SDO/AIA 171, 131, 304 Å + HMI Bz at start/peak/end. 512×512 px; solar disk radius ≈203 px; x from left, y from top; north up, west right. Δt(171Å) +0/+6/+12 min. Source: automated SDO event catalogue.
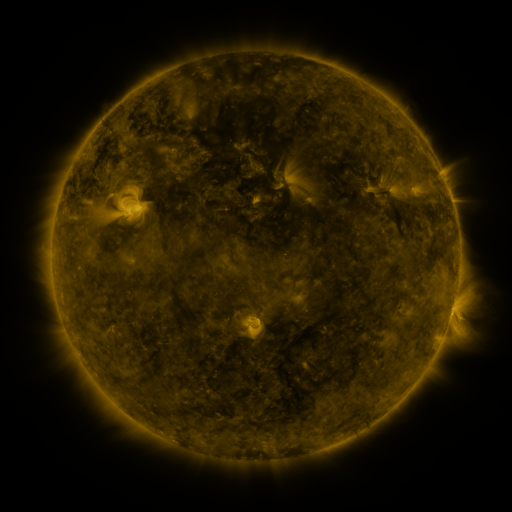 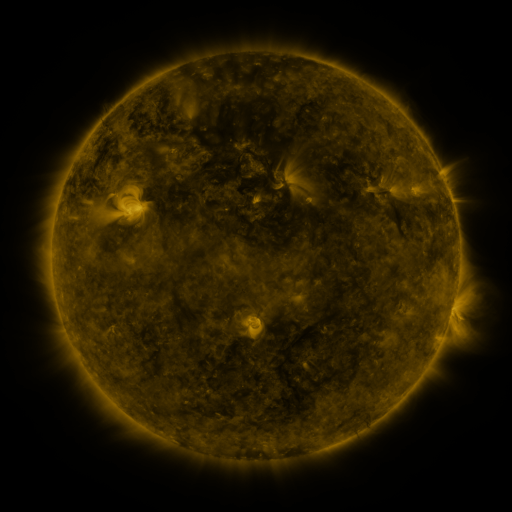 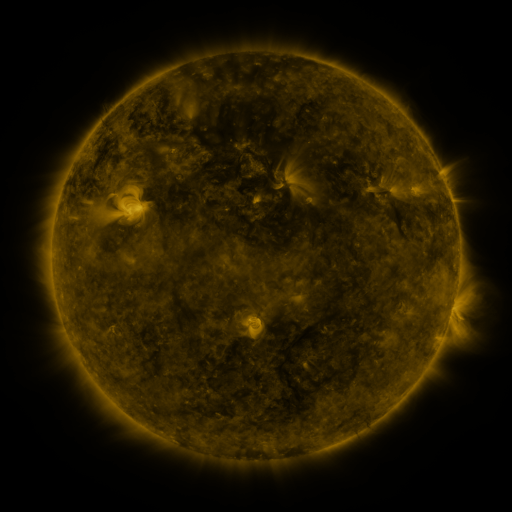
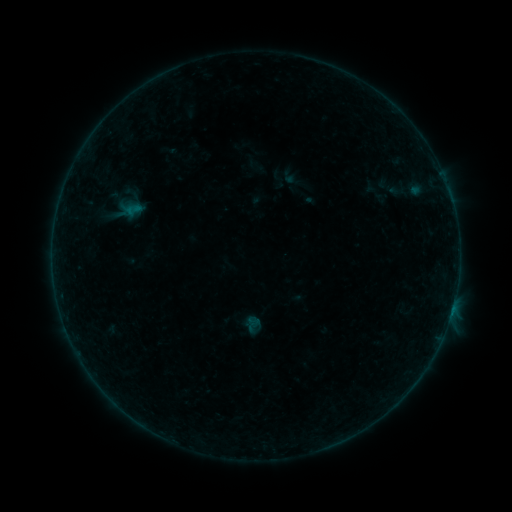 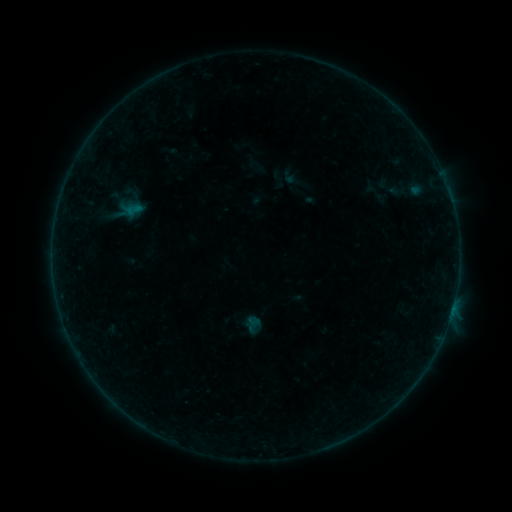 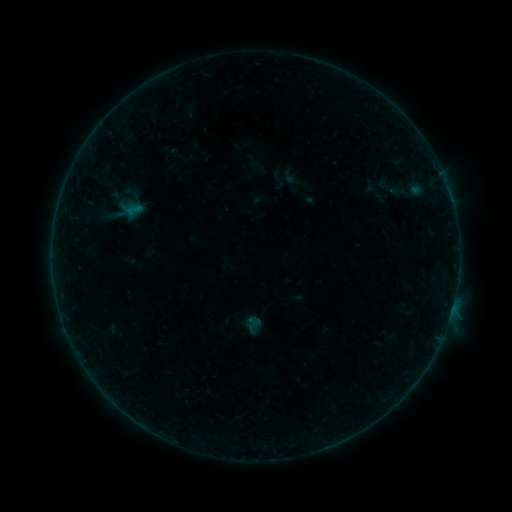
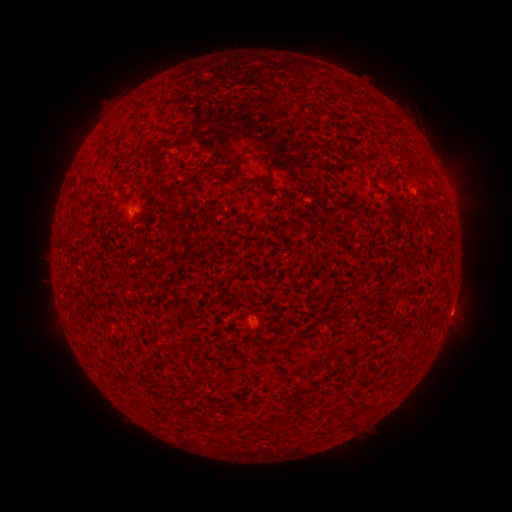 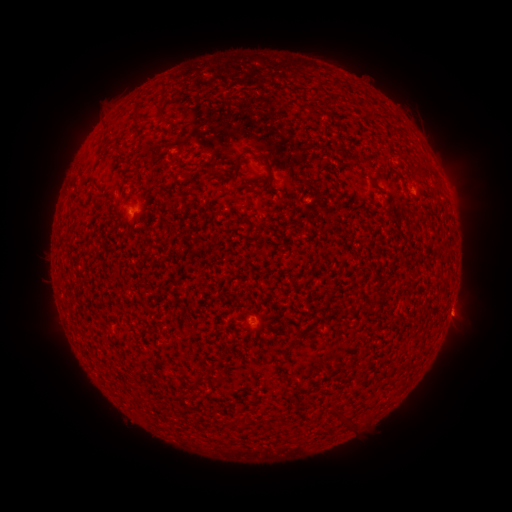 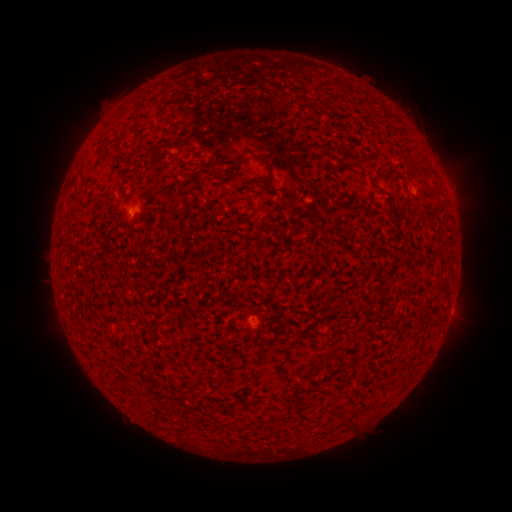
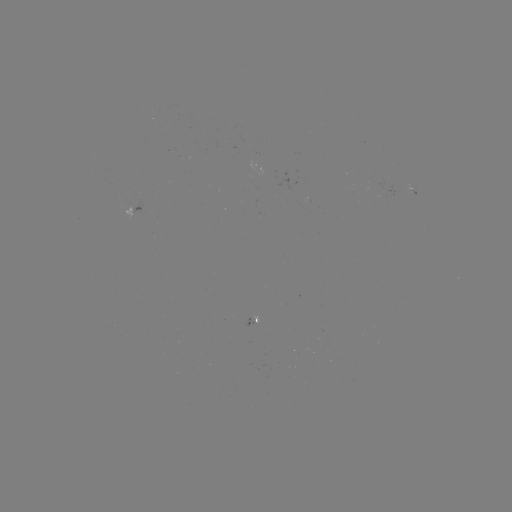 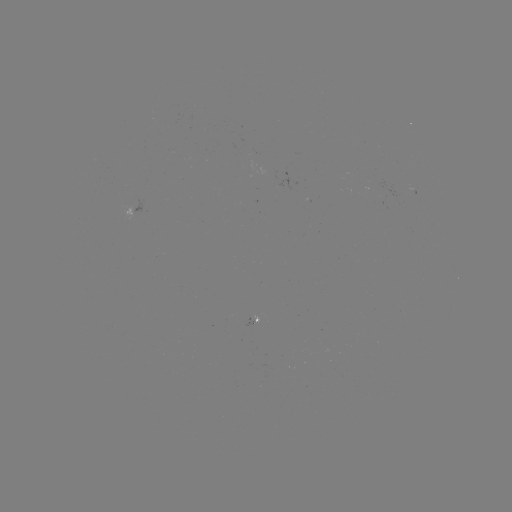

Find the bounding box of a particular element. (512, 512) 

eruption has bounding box [438, 296, 484, 340].